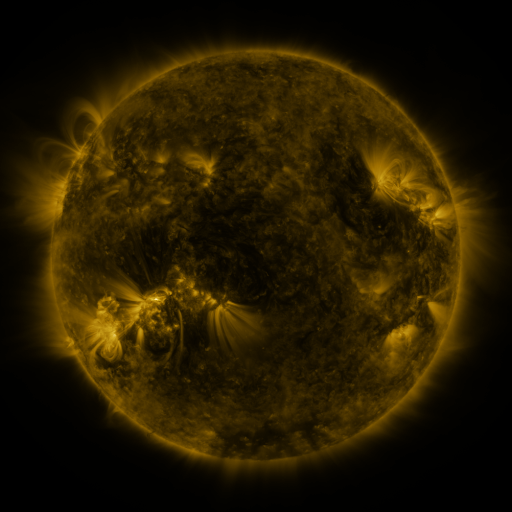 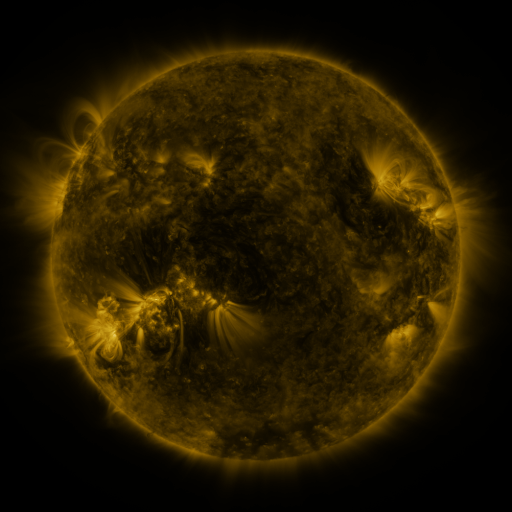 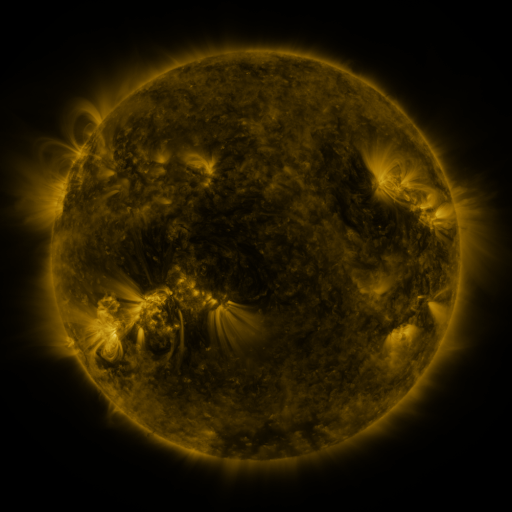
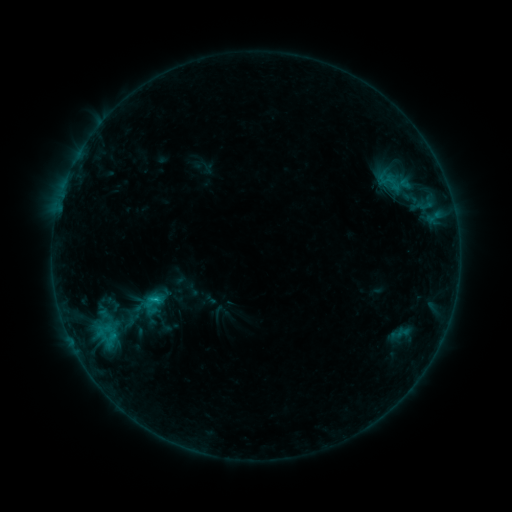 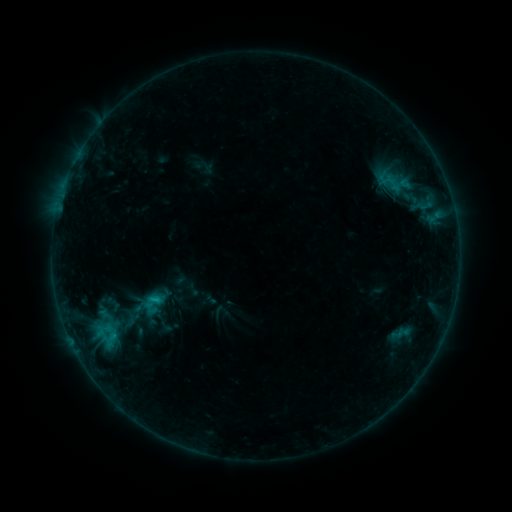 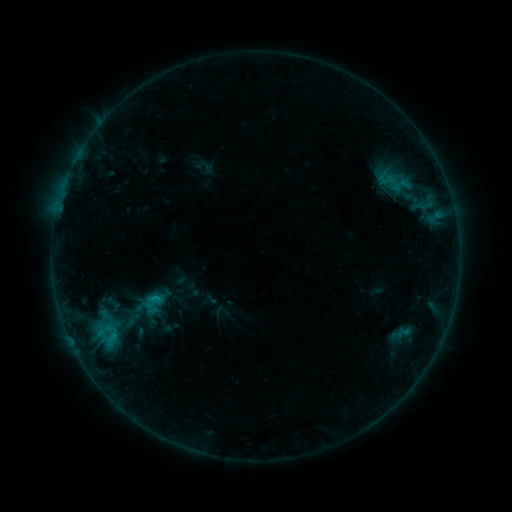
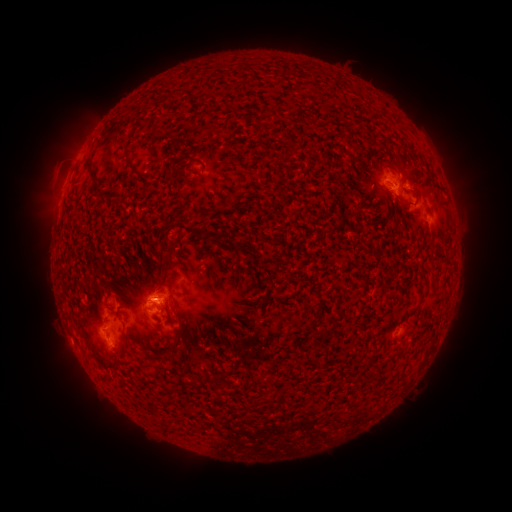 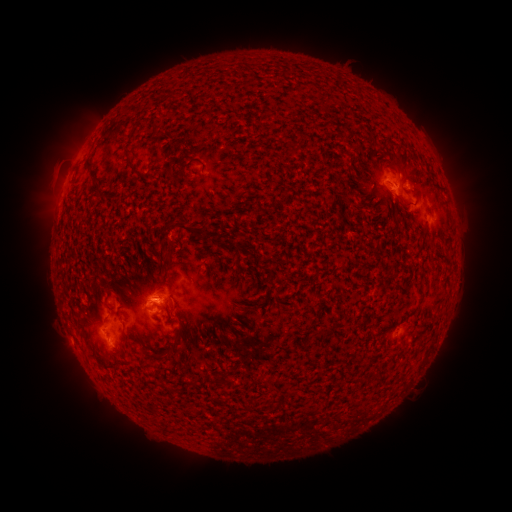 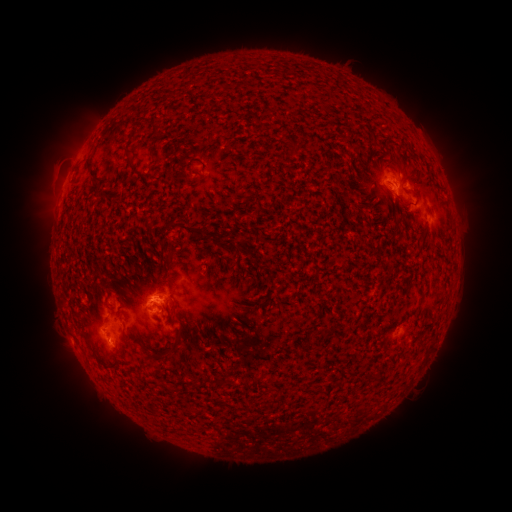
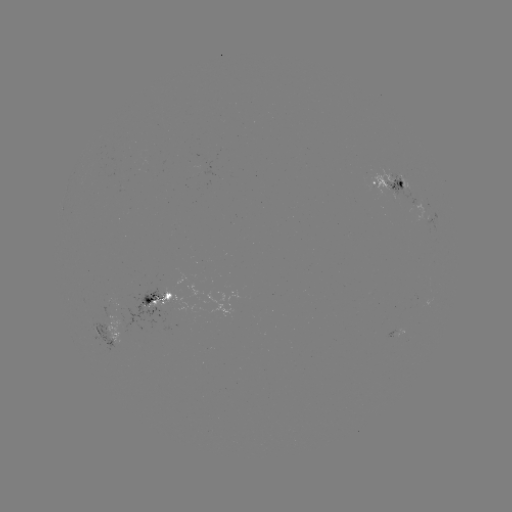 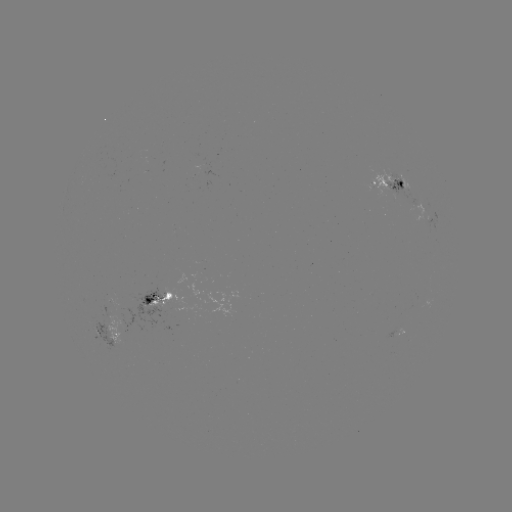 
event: flare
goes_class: B9.5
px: (157, 293)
